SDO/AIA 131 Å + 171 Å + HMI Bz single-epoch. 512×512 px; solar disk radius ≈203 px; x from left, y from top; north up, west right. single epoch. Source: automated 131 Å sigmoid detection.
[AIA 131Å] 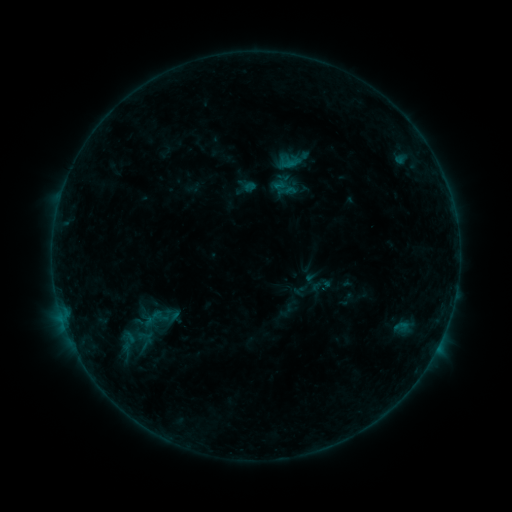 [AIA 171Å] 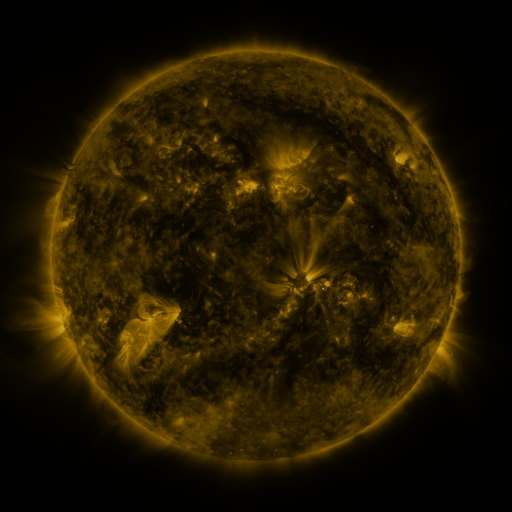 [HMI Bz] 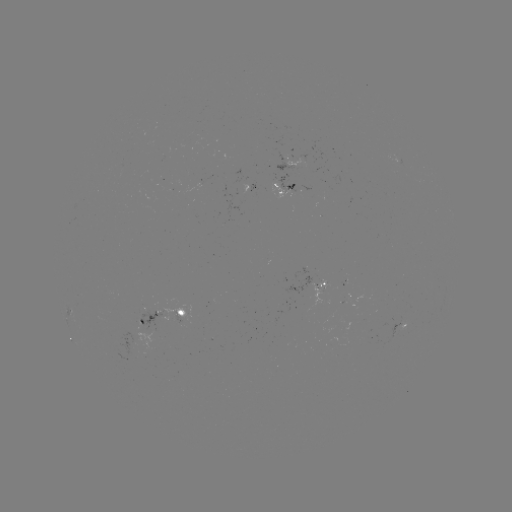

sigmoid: (105, 329, 148, 355)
